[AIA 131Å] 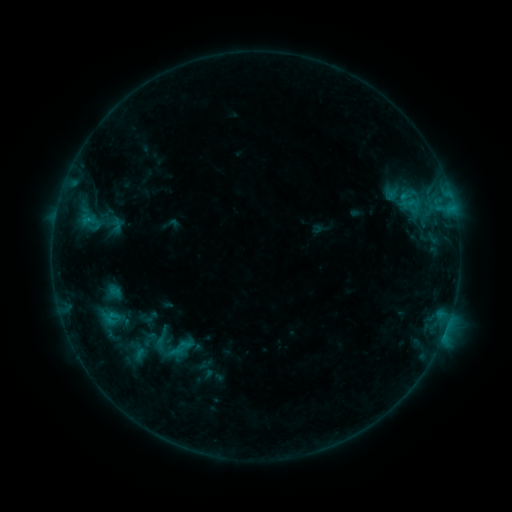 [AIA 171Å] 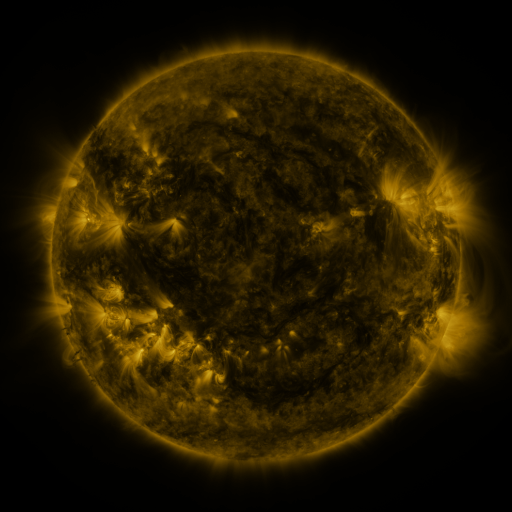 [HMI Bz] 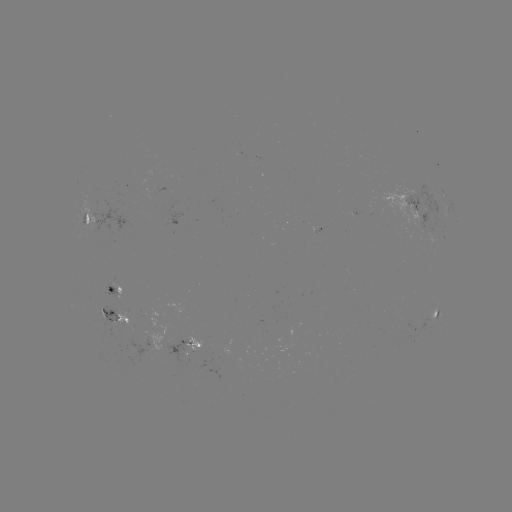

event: sigmoid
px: (183, 346)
